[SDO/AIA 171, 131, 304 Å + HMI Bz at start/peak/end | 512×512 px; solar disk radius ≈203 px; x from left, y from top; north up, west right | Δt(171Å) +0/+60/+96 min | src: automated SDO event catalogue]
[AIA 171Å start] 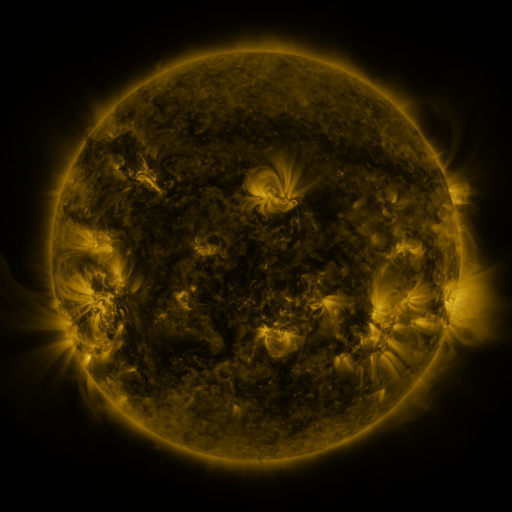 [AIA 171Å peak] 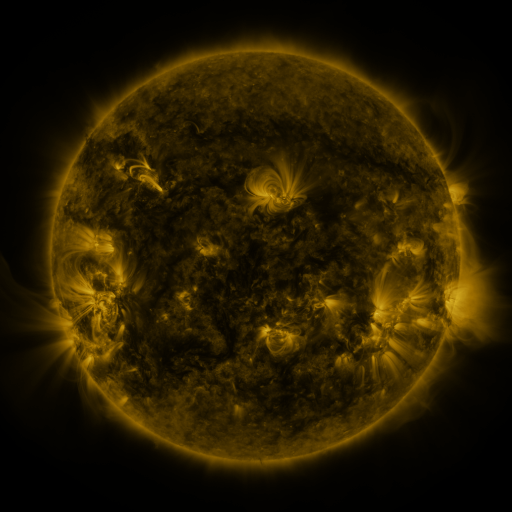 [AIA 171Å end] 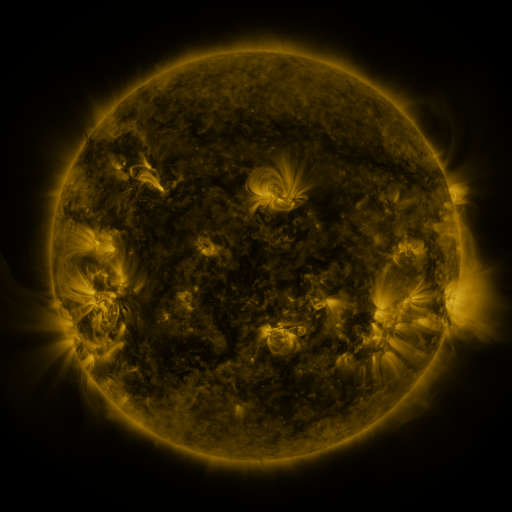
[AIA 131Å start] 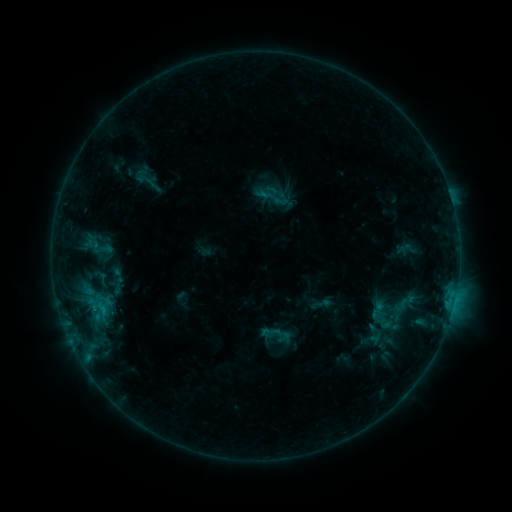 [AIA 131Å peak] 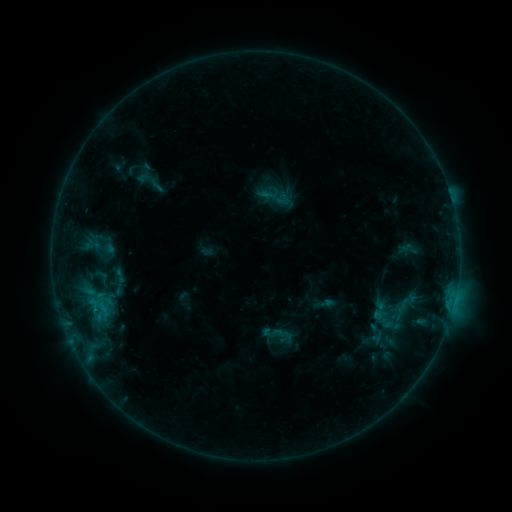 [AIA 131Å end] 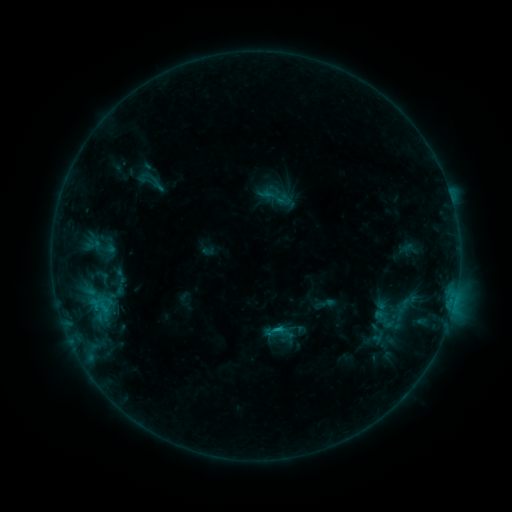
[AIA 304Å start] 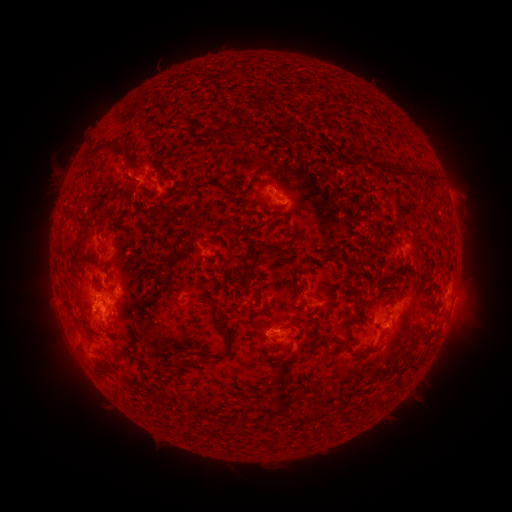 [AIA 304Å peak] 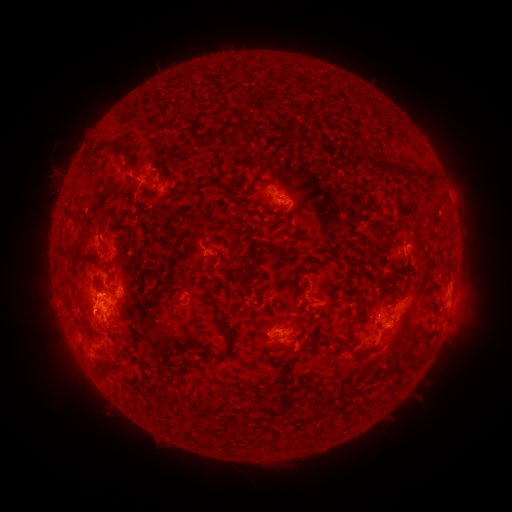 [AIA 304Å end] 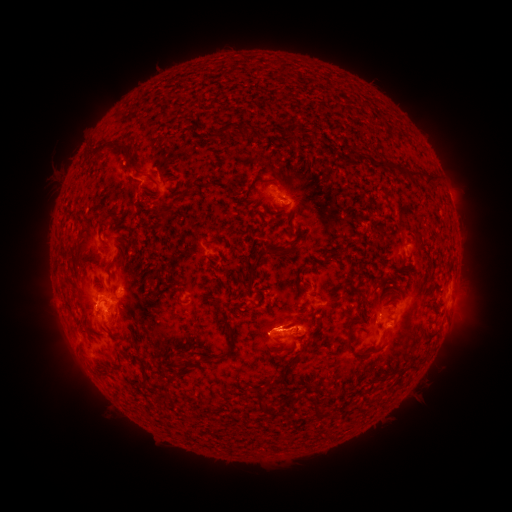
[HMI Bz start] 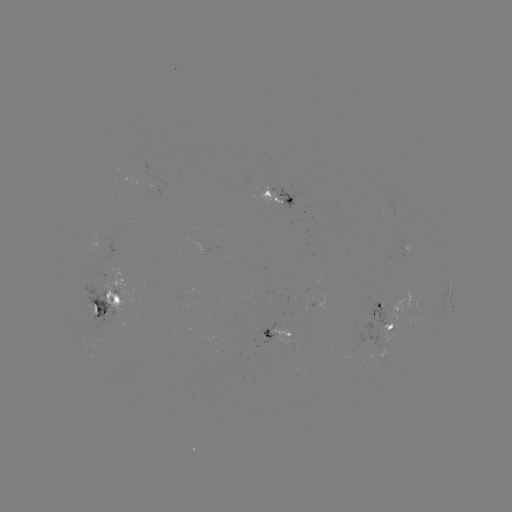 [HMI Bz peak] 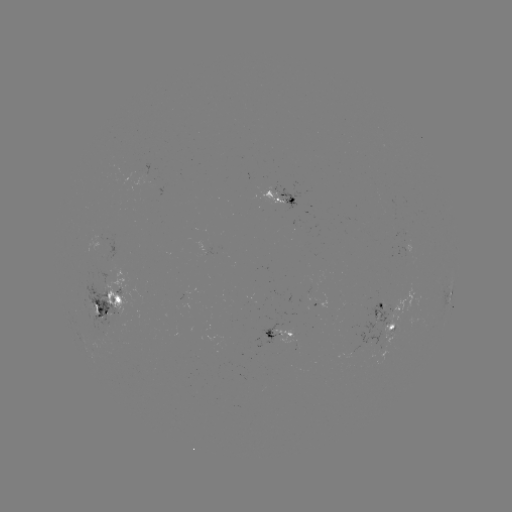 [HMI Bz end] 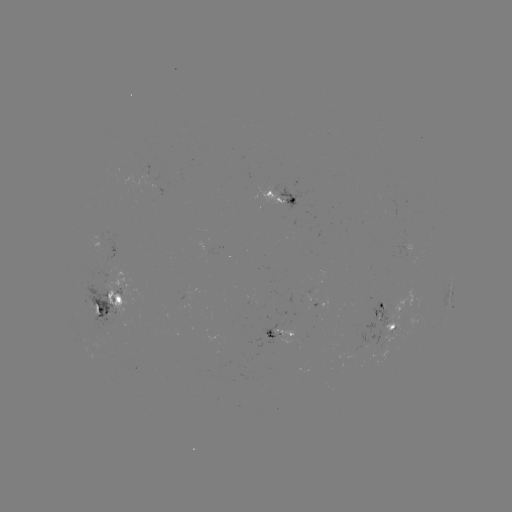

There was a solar emerging-flux region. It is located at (281, 334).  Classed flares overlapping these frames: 1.